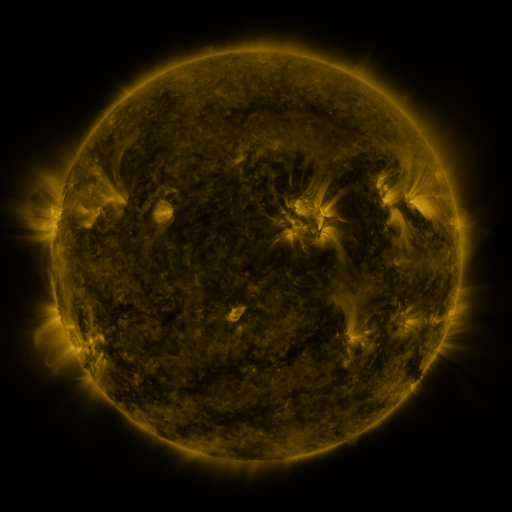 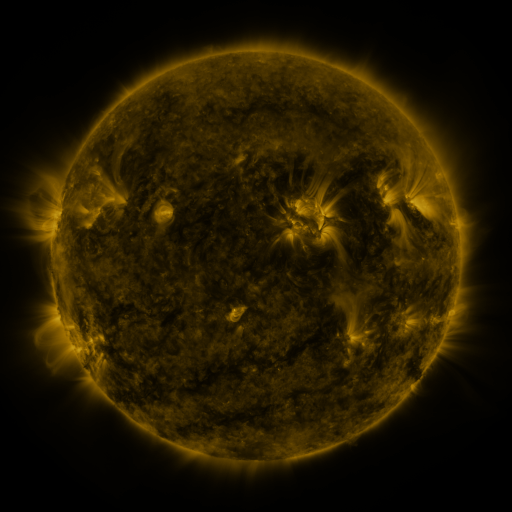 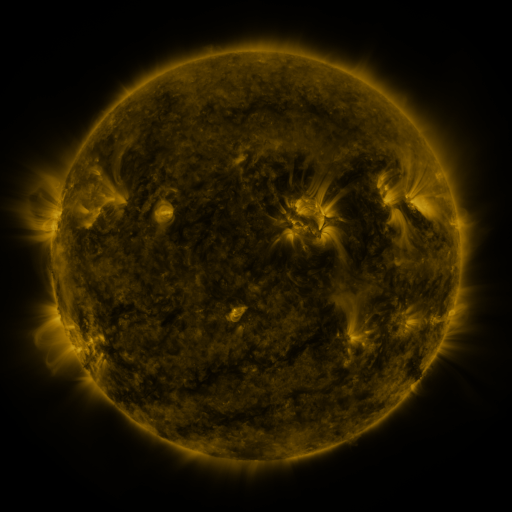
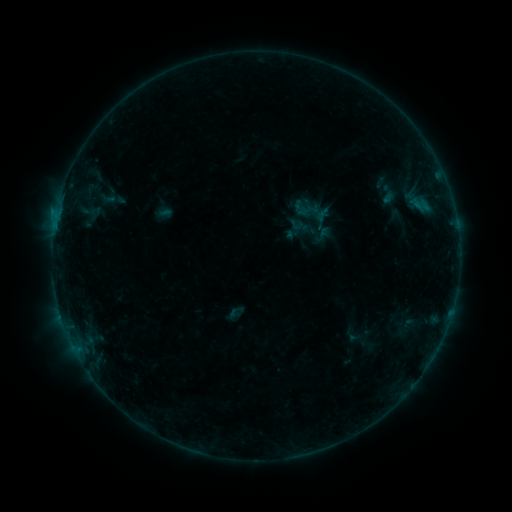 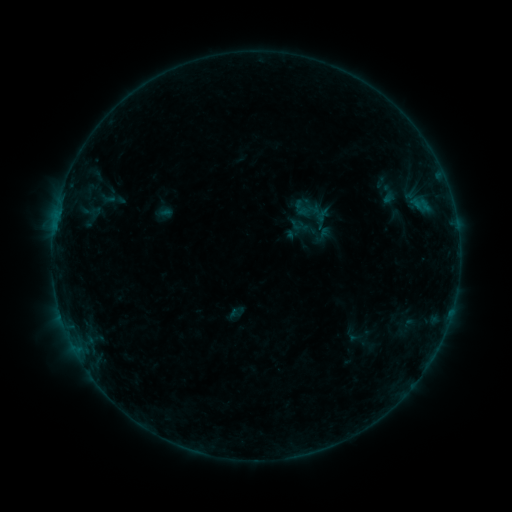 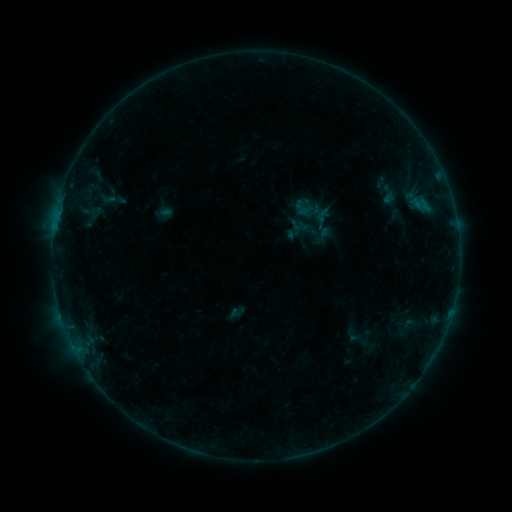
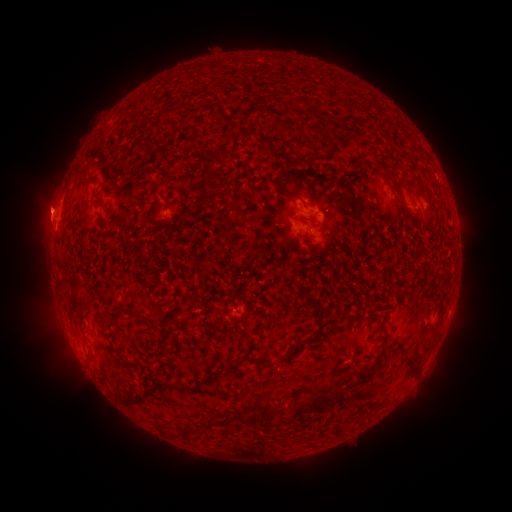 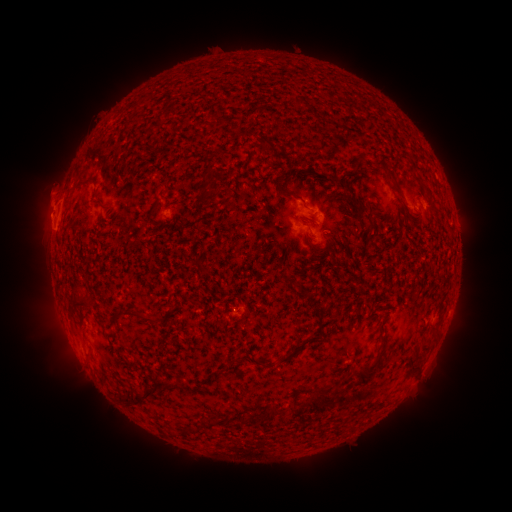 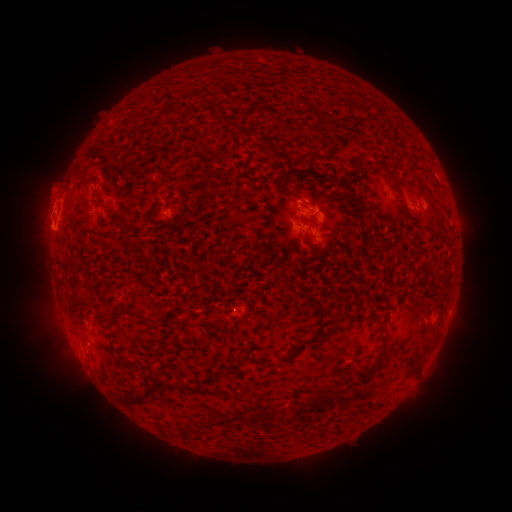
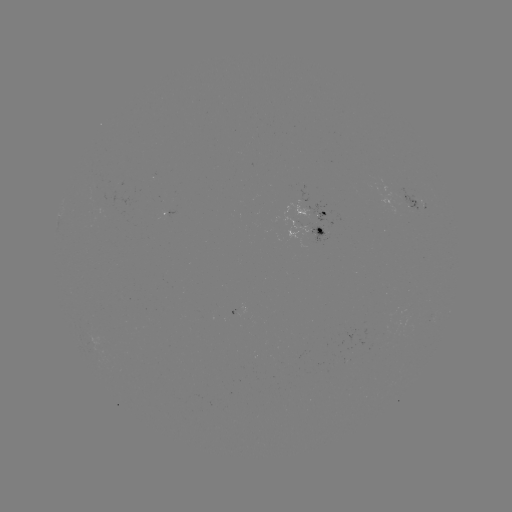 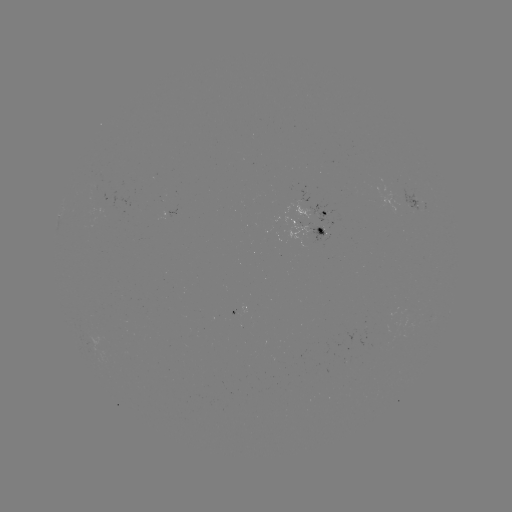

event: eruption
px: (48, 196)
